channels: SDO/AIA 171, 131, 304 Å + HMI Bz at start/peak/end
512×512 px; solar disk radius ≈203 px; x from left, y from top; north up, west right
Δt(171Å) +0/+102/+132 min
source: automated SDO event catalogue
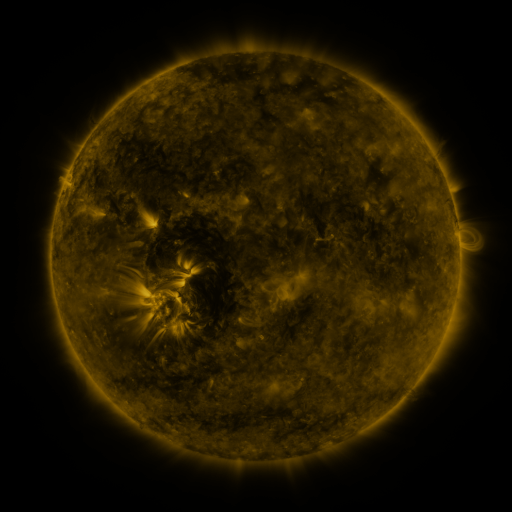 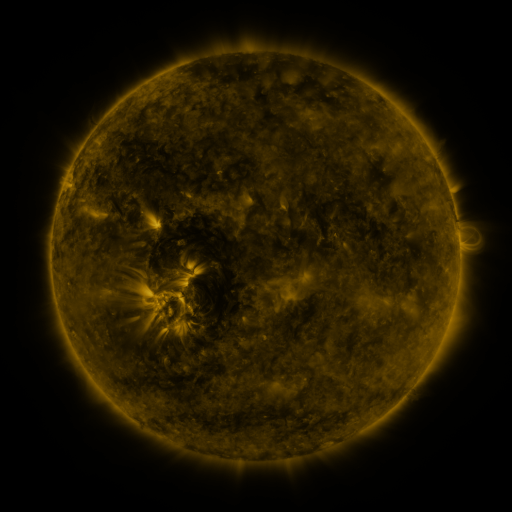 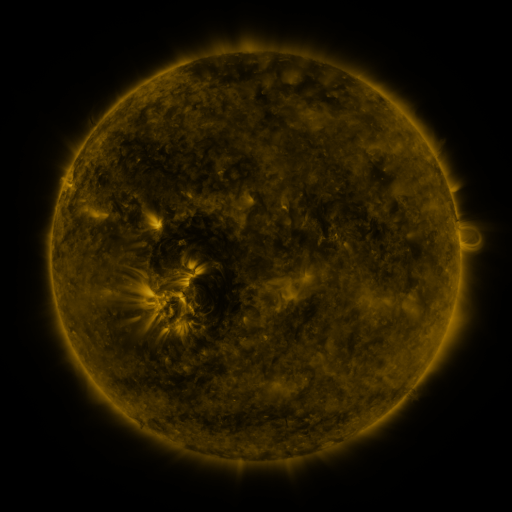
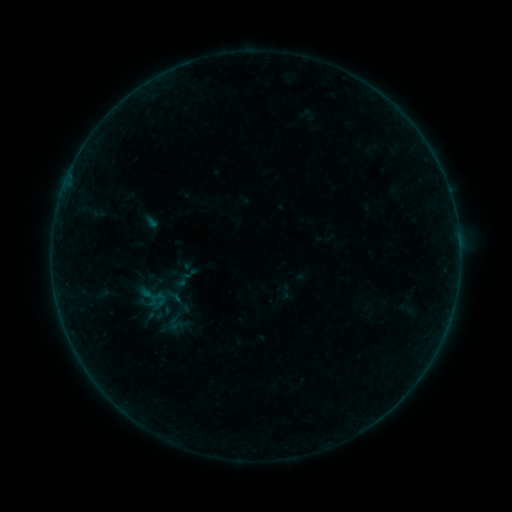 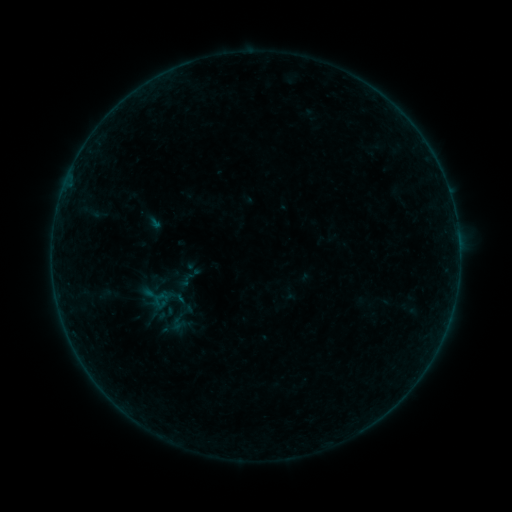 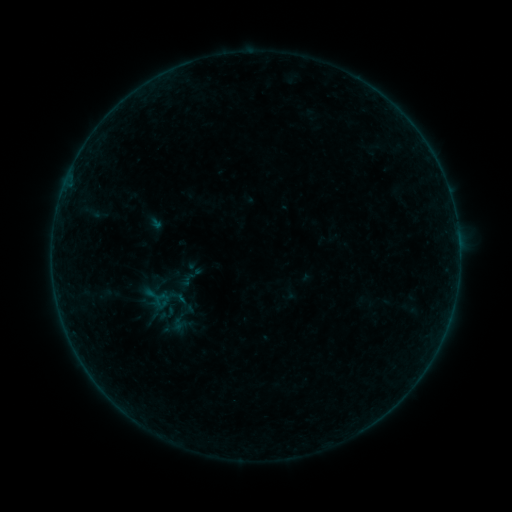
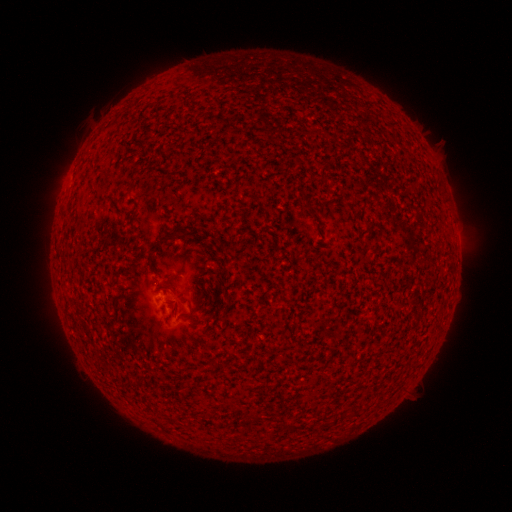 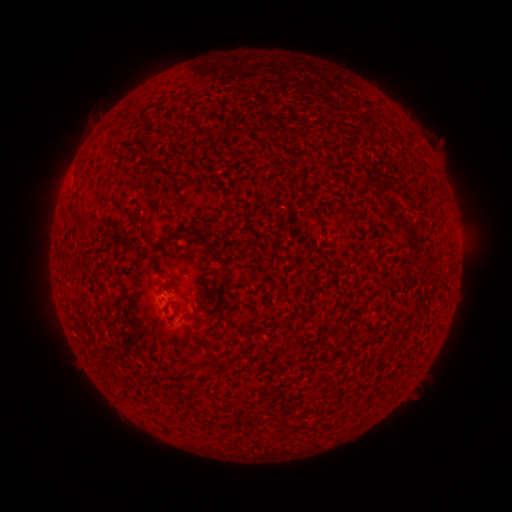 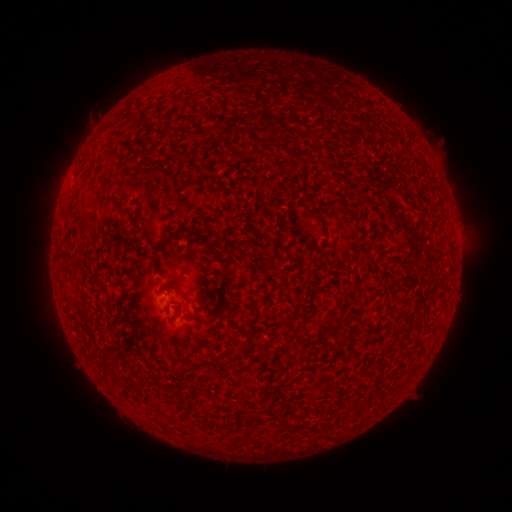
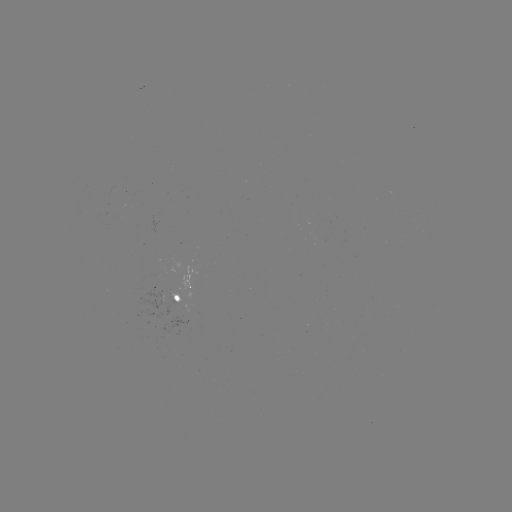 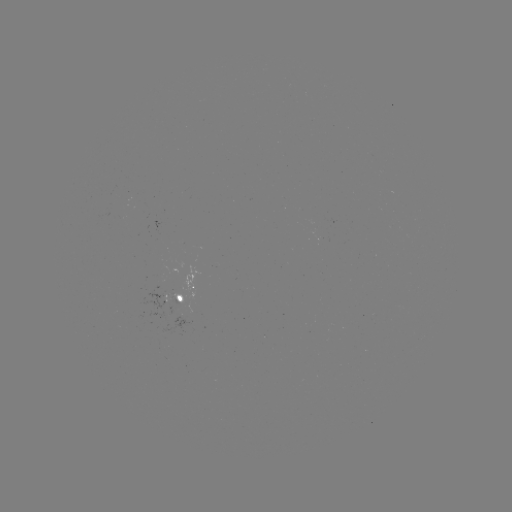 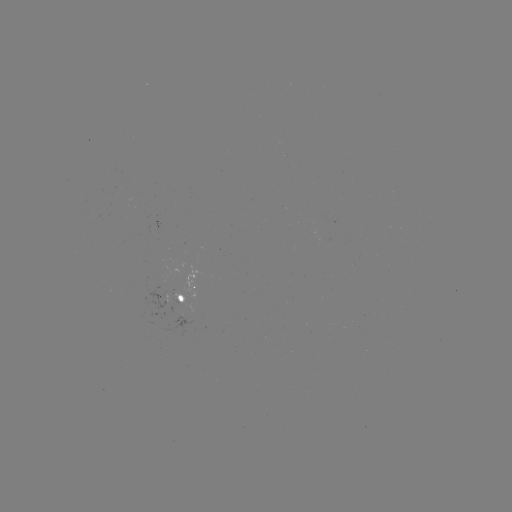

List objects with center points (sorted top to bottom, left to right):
emerging-flux region: (172, 297)
